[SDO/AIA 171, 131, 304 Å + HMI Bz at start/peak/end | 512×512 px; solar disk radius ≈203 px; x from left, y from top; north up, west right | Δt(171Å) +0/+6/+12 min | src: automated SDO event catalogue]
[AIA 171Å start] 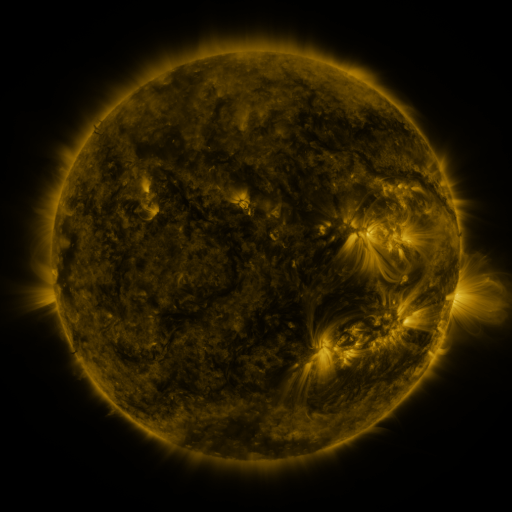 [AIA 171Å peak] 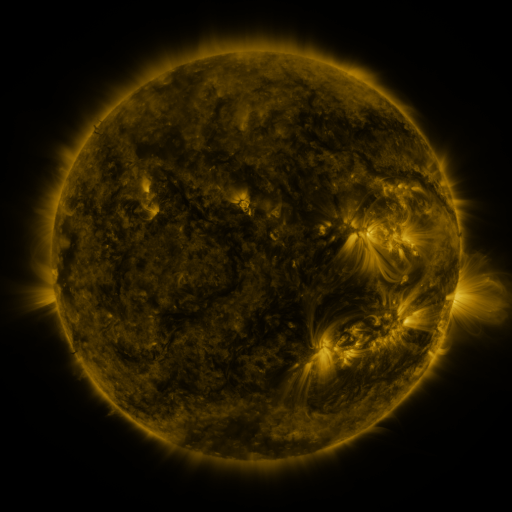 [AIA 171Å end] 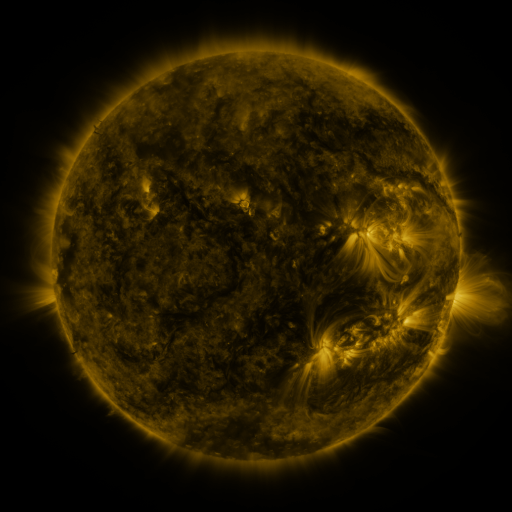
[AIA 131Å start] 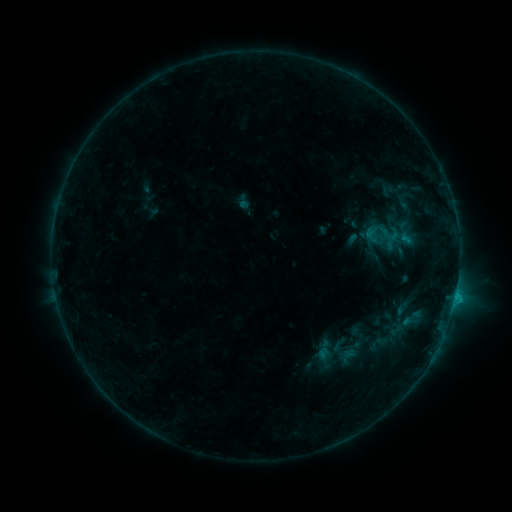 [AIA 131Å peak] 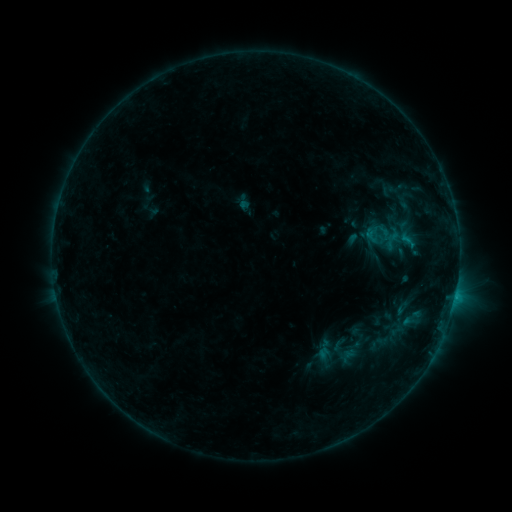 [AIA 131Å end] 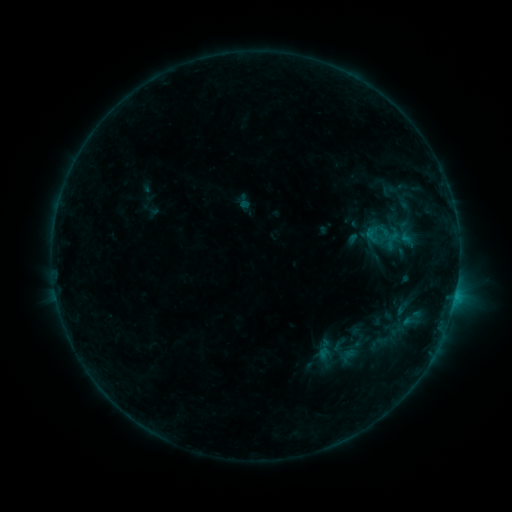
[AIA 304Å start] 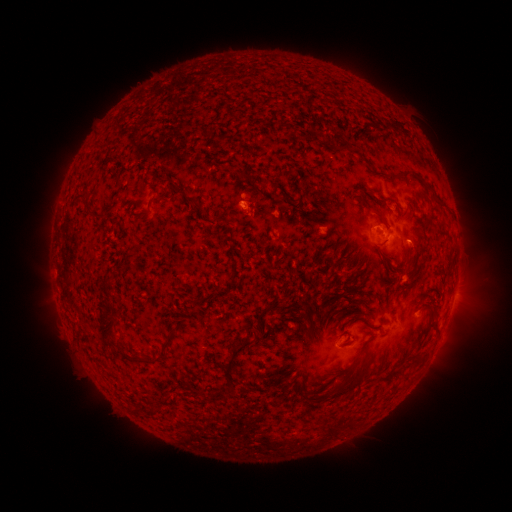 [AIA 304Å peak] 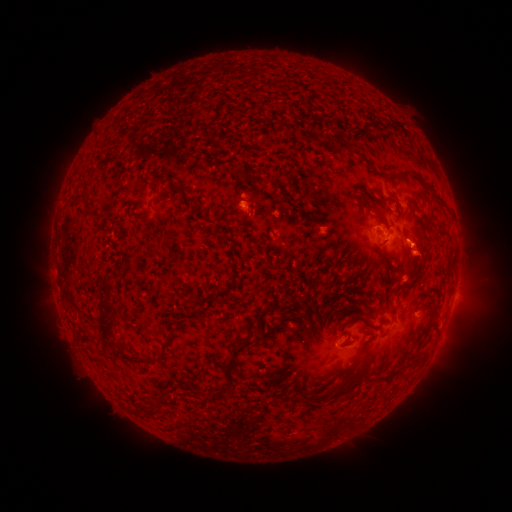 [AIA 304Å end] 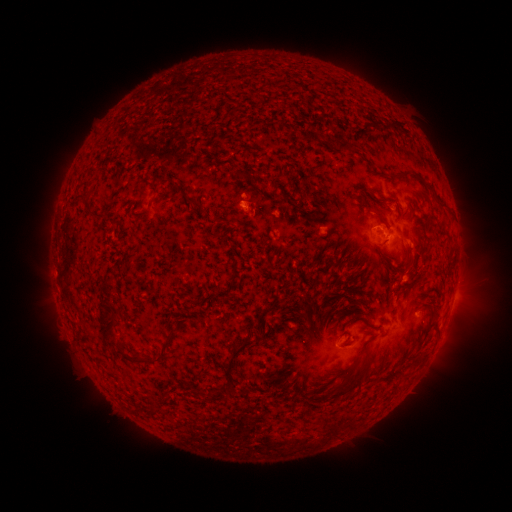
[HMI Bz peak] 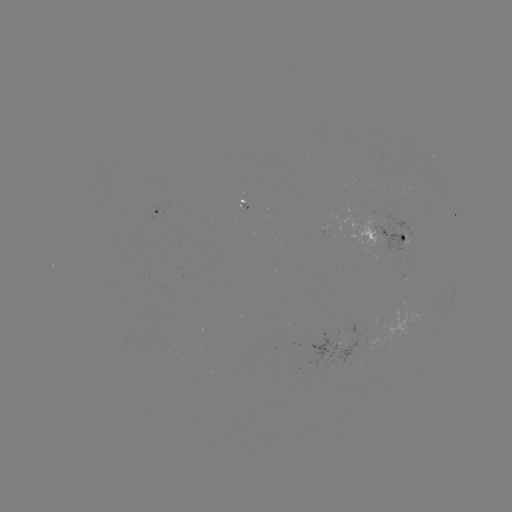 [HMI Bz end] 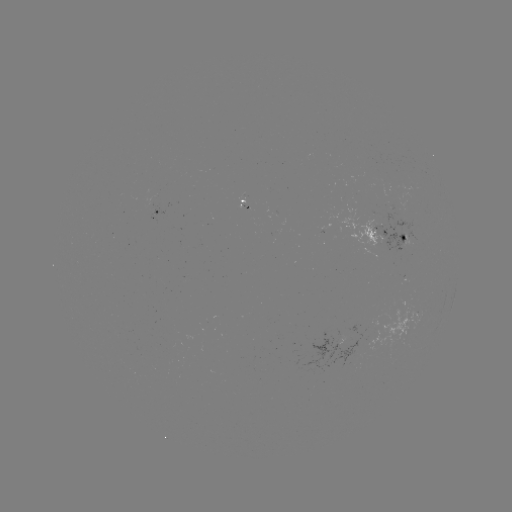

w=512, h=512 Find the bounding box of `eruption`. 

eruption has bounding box [395, 230, 448, 286].